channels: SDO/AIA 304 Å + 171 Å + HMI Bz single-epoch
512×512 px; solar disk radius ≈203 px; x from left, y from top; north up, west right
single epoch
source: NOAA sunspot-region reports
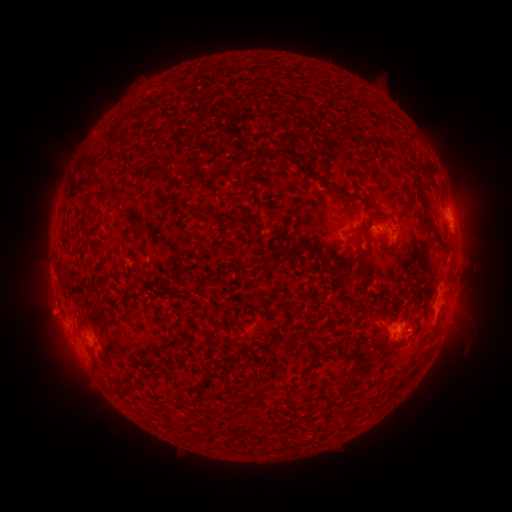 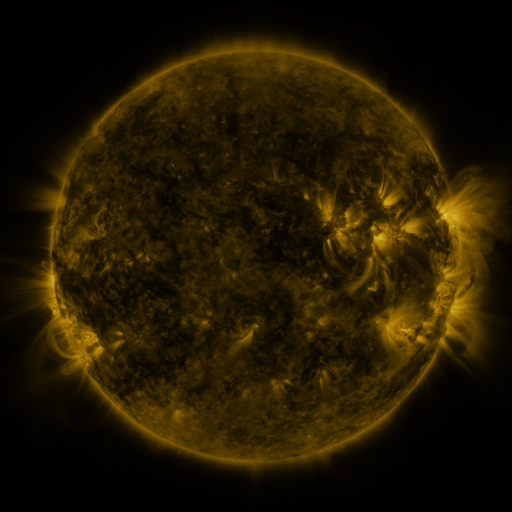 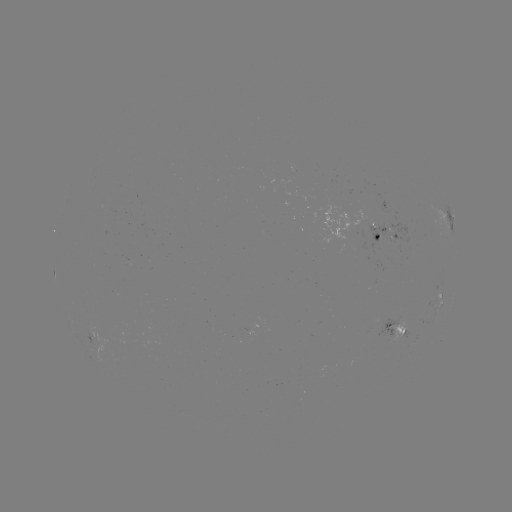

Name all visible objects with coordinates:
spotted active region: (451, 218)
spotted active region: (381, 233)
spotted active region: (439, 307)
spotted active region: (399, 325)
